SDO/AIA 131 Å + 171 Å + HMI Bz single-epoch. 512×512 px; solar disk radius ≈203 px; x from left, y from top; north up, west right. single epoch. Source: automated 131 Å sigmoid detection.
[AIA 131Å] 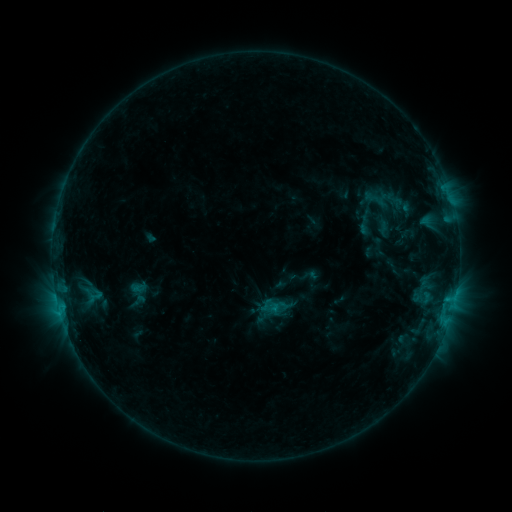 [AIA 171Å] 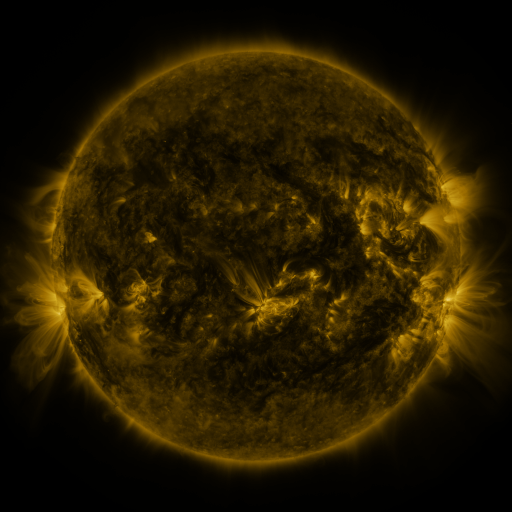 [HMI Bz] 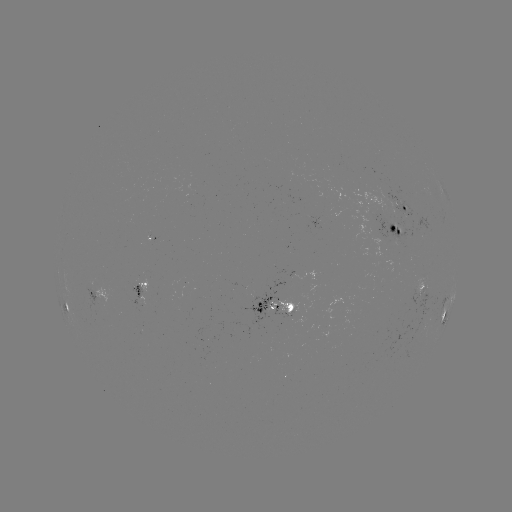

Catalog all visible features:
sigmoid: (352, 214, 376, 236)
